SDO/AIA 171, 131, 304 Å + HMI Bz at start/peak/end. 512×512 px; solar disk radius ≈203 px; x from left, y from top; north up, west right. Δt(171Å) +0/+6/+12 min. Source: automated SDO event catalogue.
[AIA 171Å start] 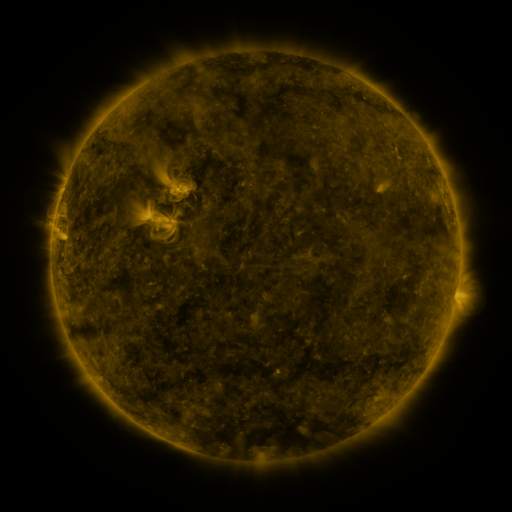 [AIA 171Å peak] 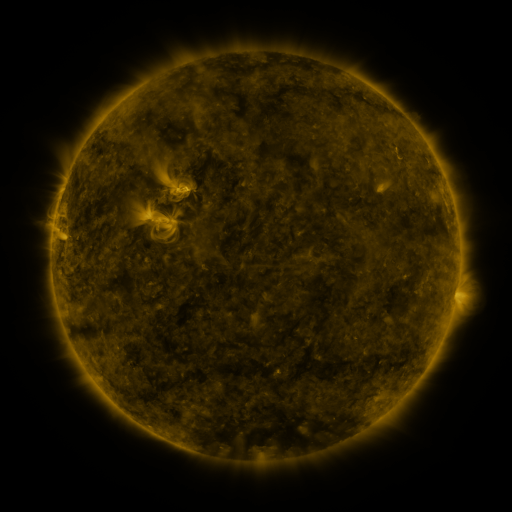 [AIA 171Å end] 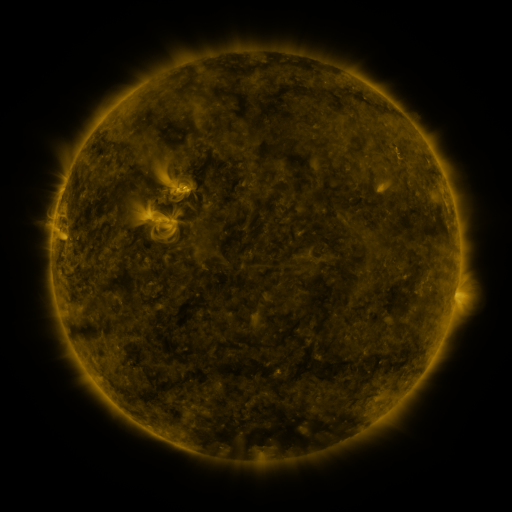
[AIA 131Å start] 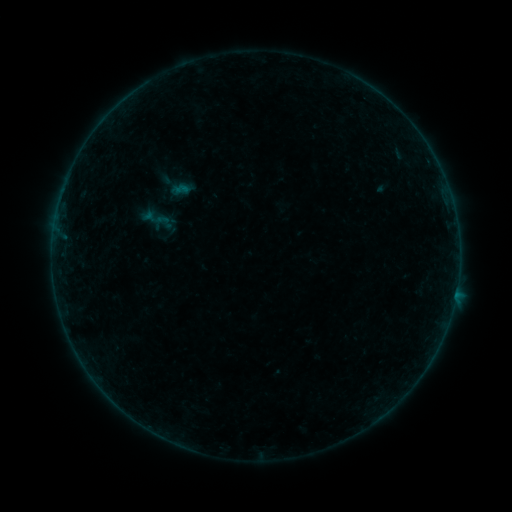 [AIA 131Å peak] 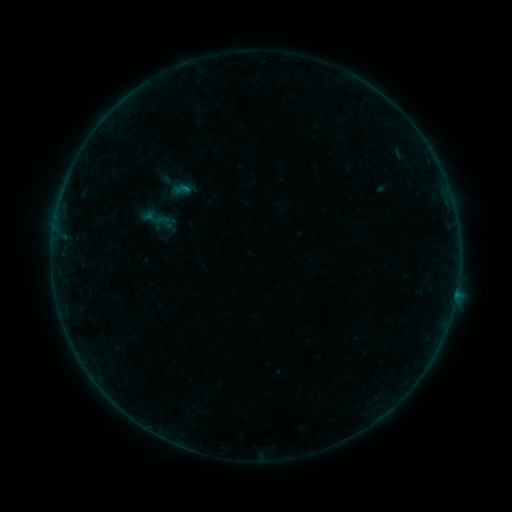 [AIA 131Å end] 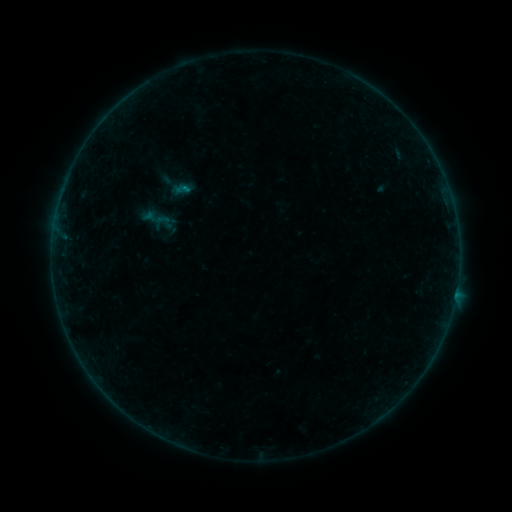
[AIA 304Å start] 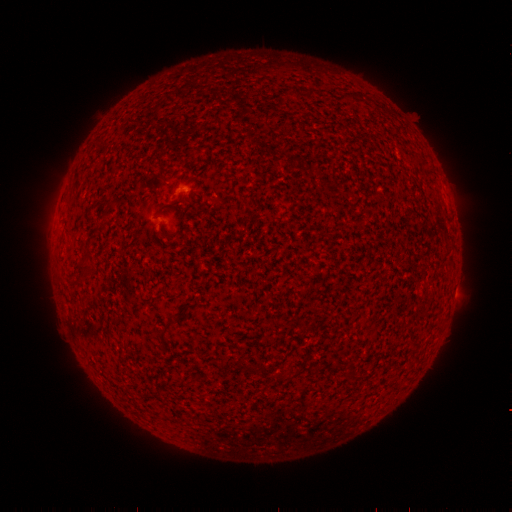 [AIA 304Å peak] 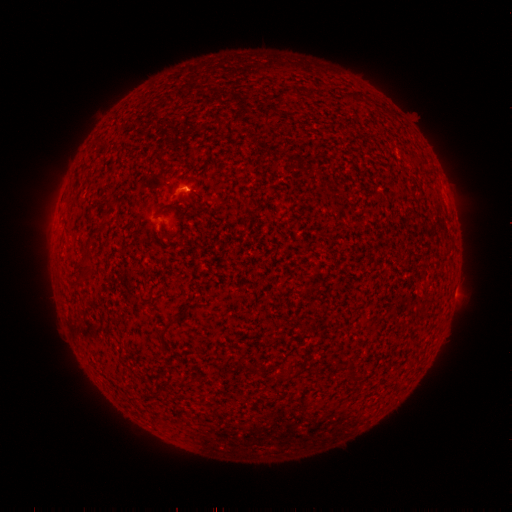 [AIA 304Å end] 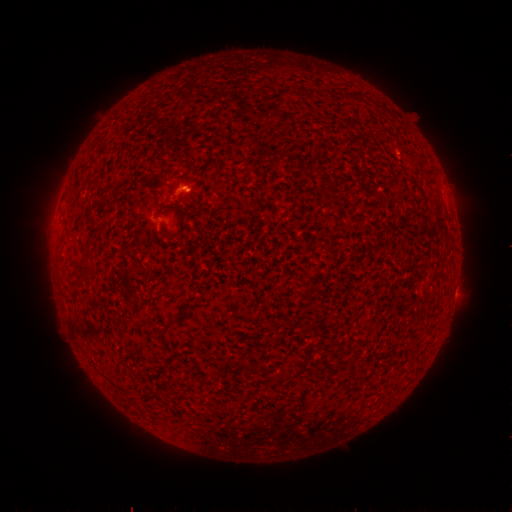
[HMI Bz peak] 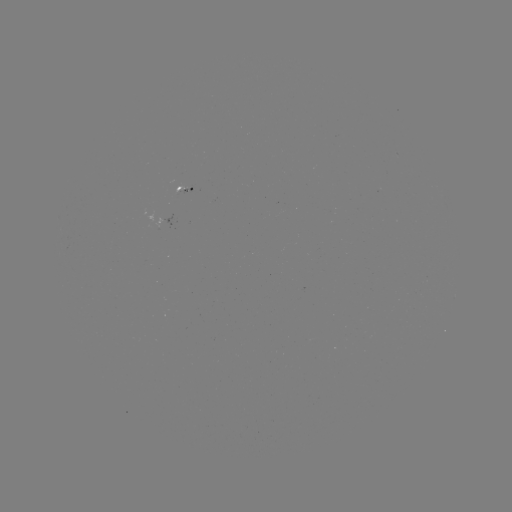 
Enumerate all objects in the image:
B1.1 flare: (187, 192)
